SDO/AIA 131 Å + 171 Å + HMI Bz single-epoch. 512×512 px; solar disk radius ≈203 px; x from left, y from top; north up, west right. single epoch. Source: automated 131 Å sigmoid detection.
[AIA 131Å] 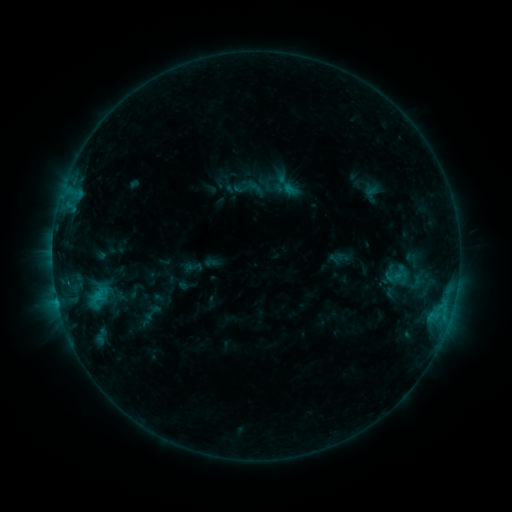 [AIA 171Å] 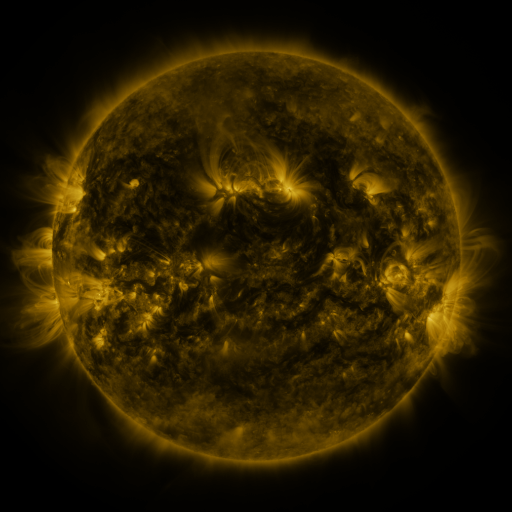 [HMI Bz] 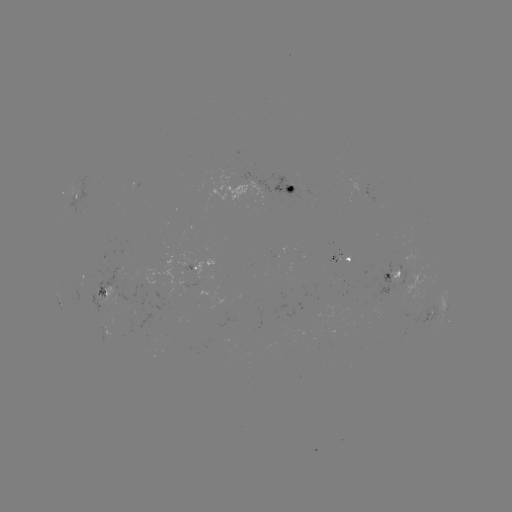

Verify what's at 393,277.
sigmoid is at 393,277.